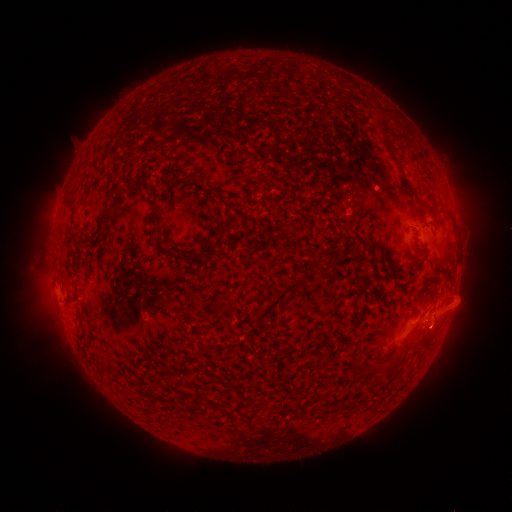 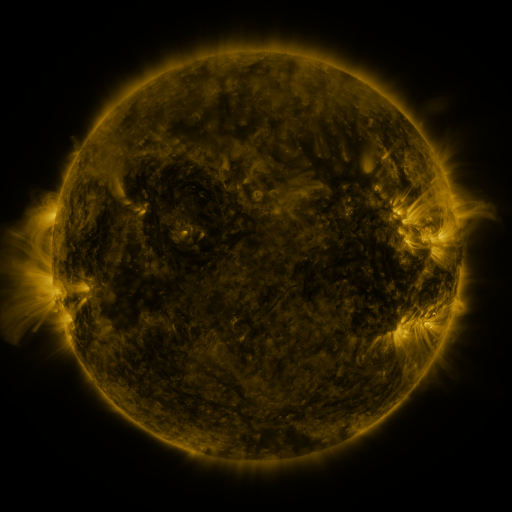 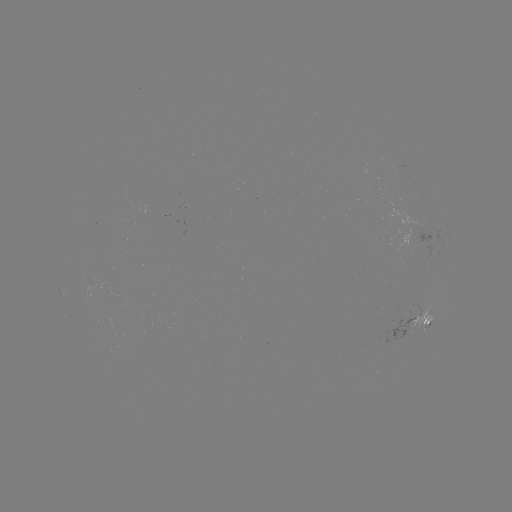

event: spotted active region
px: (420, 324)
